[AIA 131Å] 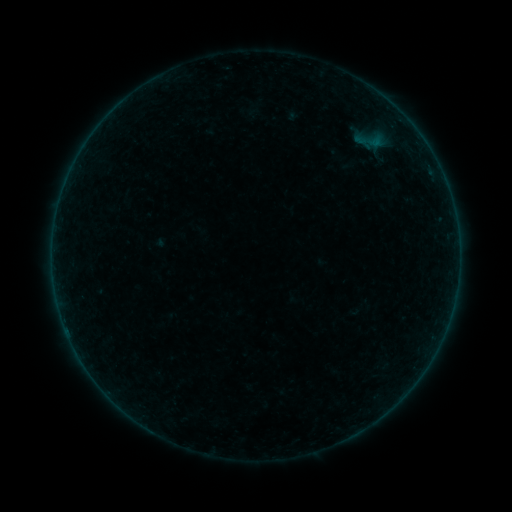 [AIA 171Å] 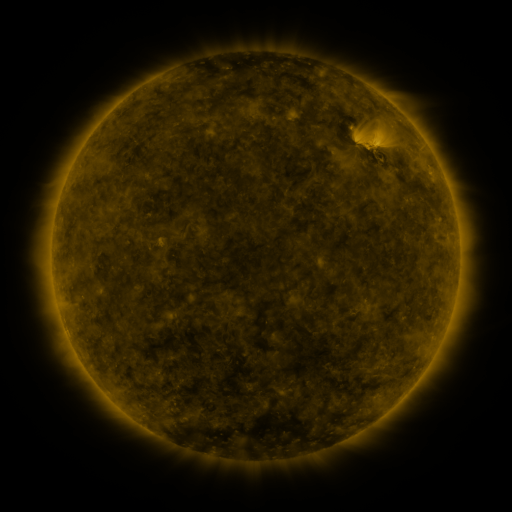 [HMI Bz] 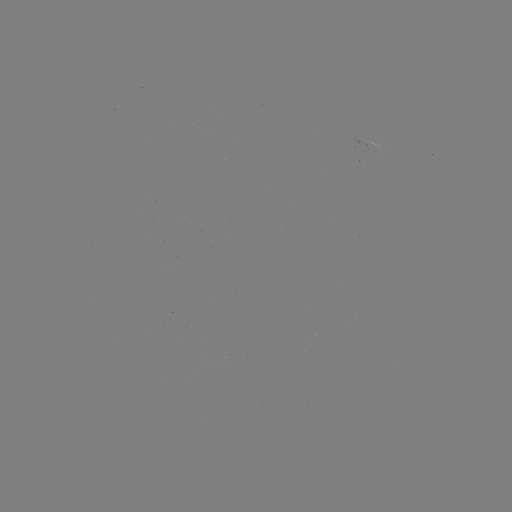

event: sigmoid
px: (373, 140)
